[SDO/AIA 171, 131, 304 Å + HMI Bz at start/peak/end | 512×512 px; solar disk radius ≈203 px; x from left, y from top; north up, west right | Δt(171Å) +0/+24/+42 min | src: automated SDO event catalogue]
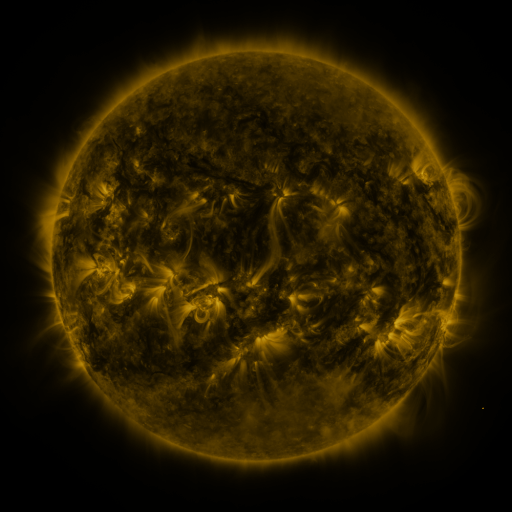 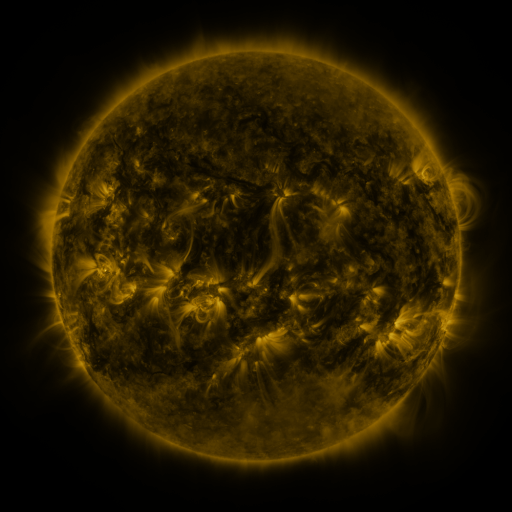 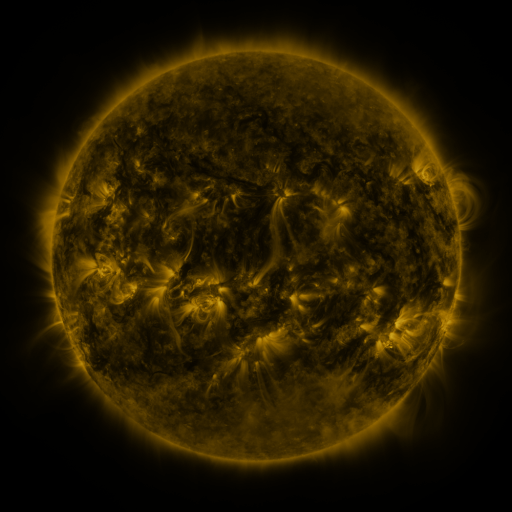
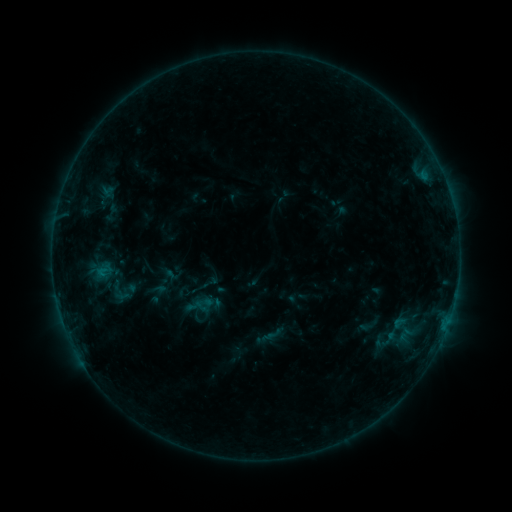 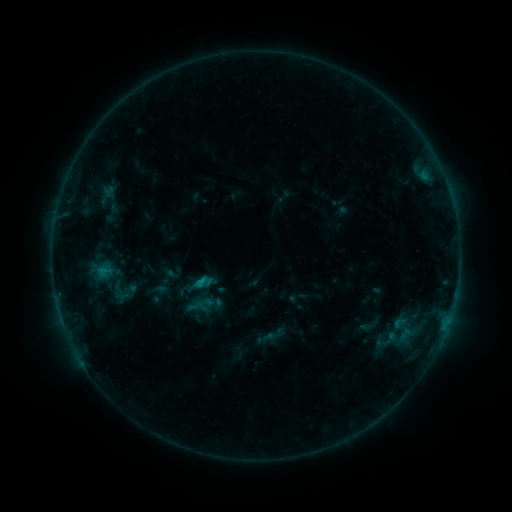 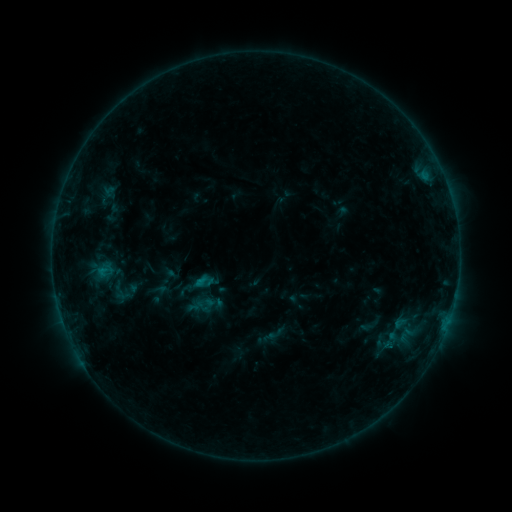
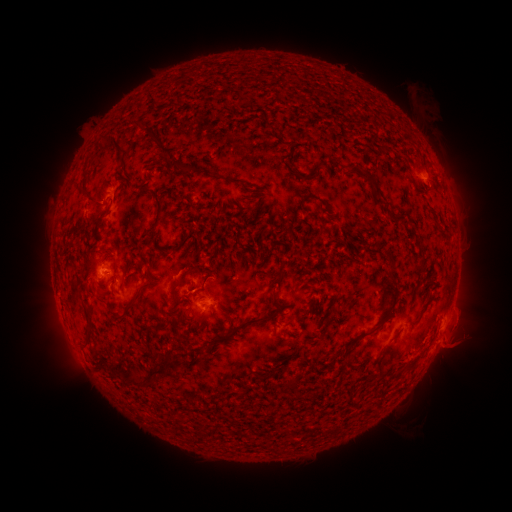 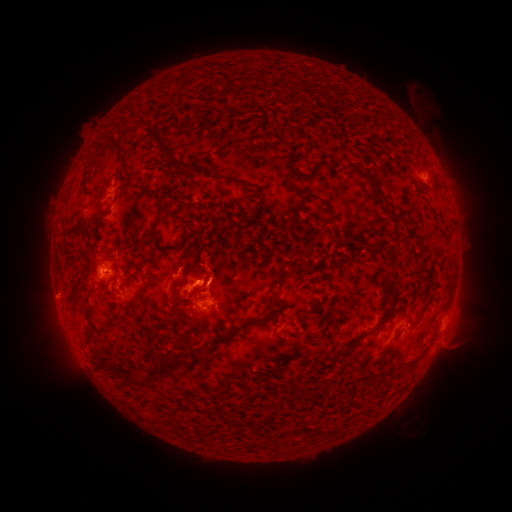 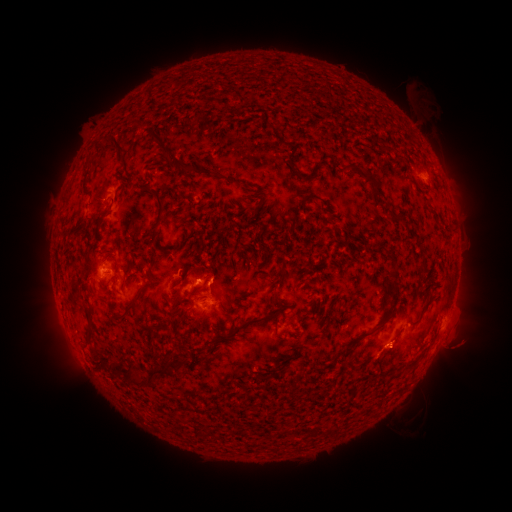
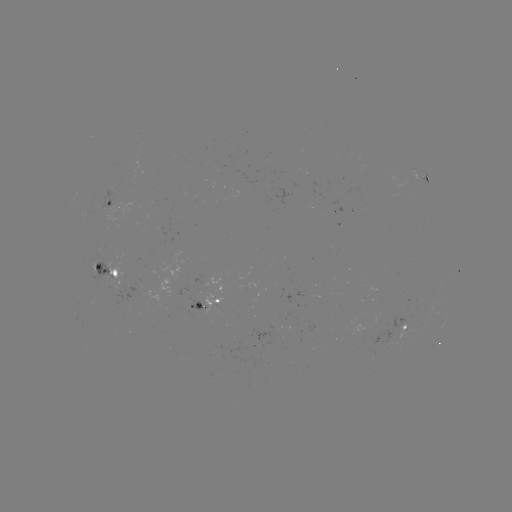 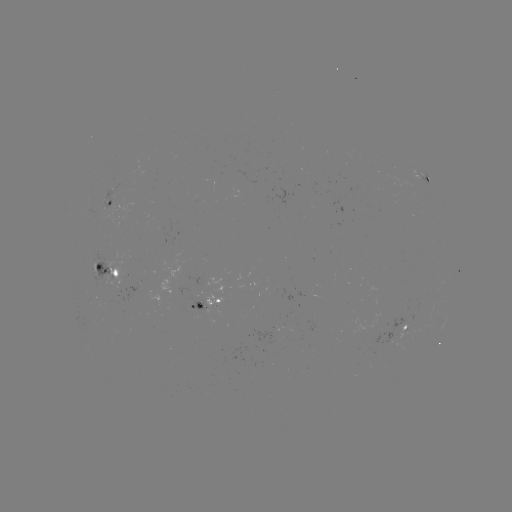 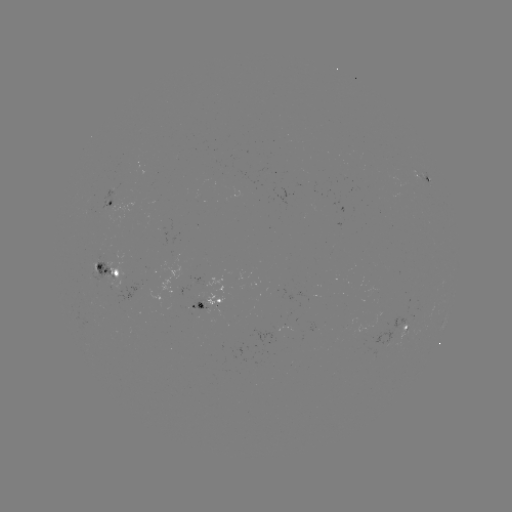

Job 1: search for B9.1 flare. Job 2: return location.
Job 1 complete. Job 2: [200, 280].